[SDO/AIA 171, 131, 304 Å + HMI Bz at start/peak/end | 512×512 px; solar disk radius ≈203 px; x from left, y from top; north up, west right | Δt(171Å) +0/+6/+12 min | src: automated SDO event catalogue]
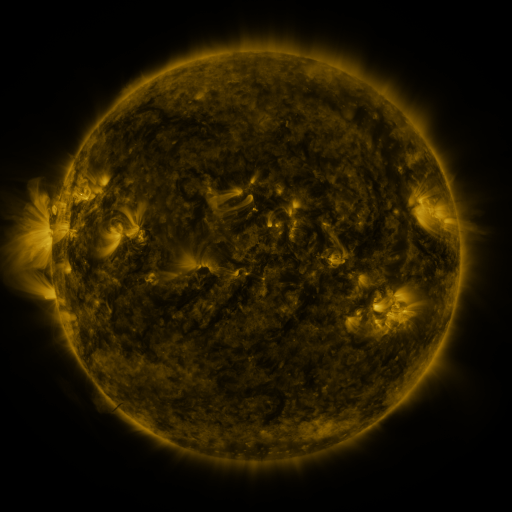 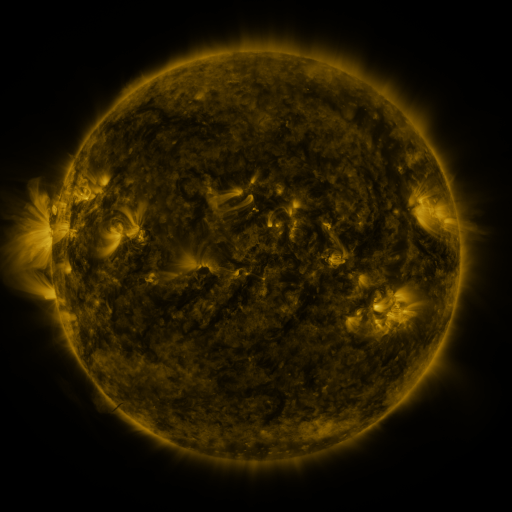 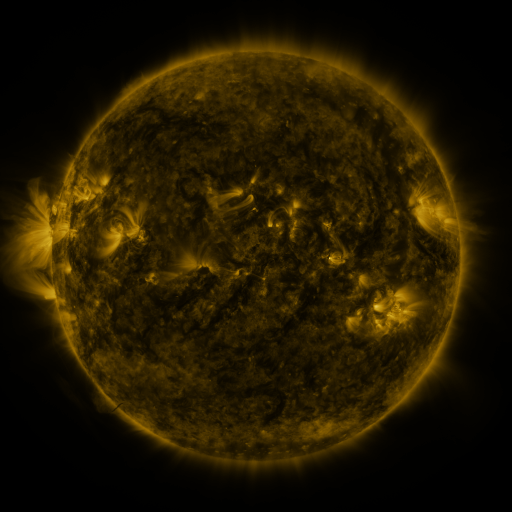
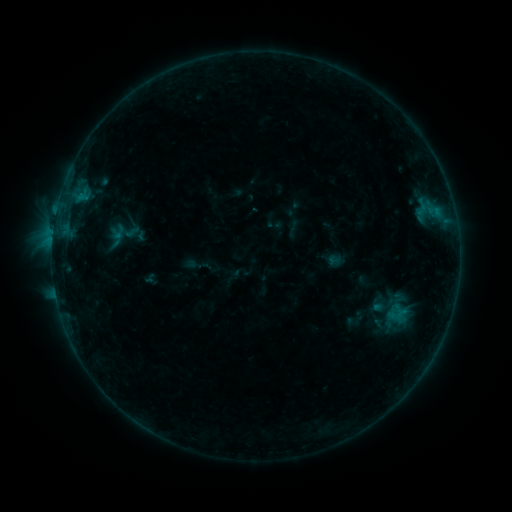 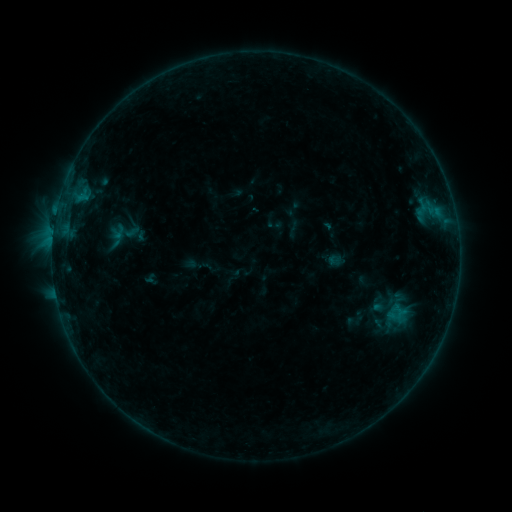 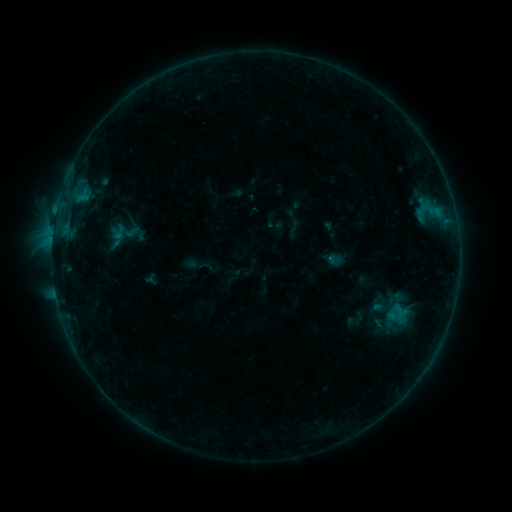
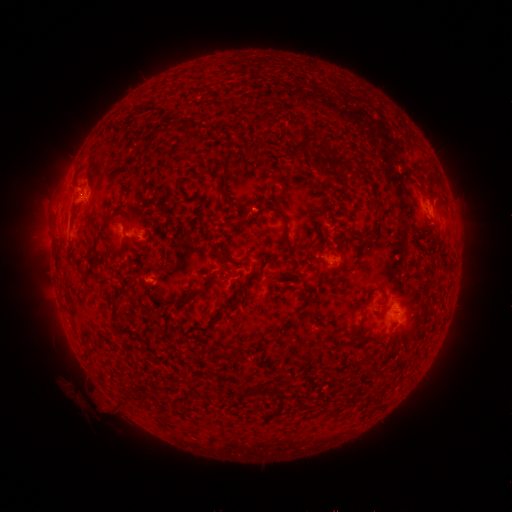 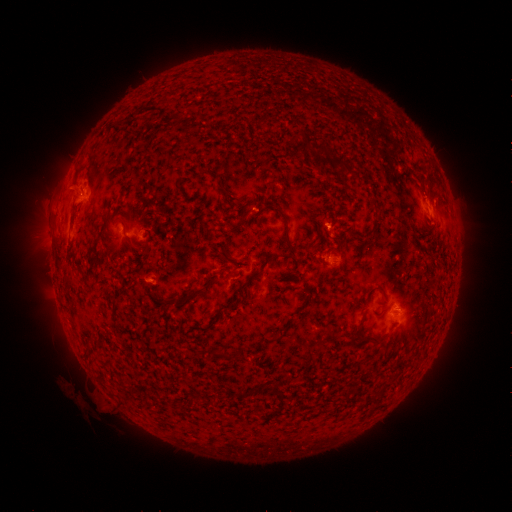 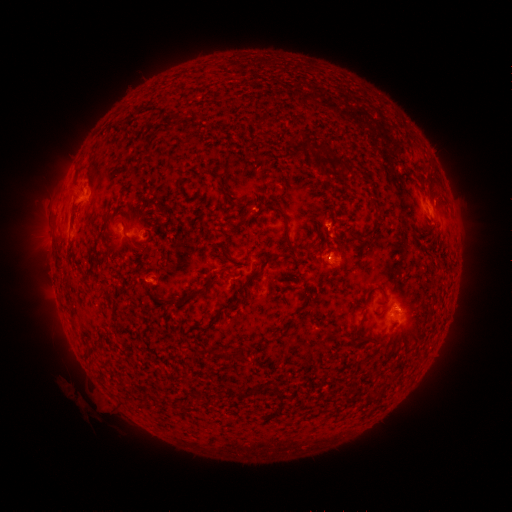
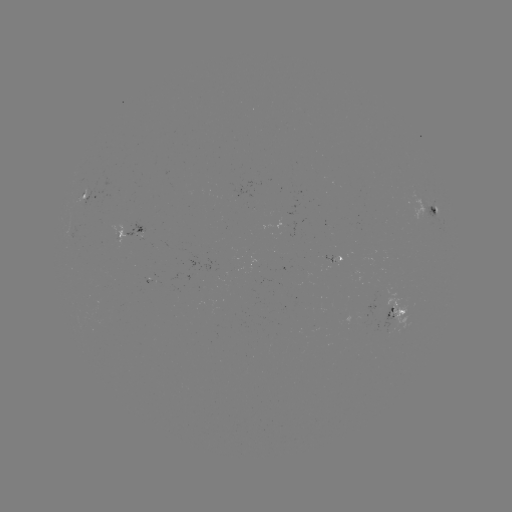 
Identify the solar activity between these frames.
nothing was catalogued: no classed flare, no EUV trigger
